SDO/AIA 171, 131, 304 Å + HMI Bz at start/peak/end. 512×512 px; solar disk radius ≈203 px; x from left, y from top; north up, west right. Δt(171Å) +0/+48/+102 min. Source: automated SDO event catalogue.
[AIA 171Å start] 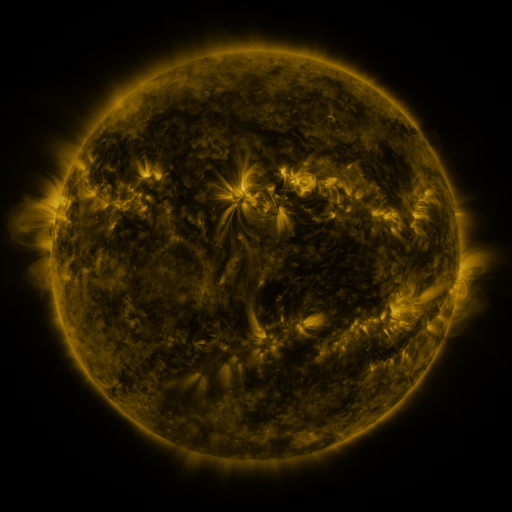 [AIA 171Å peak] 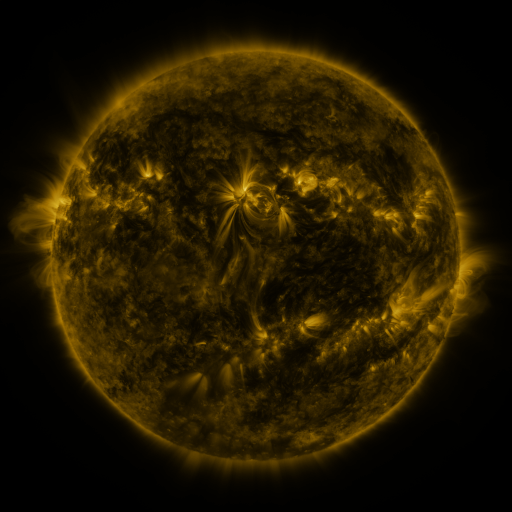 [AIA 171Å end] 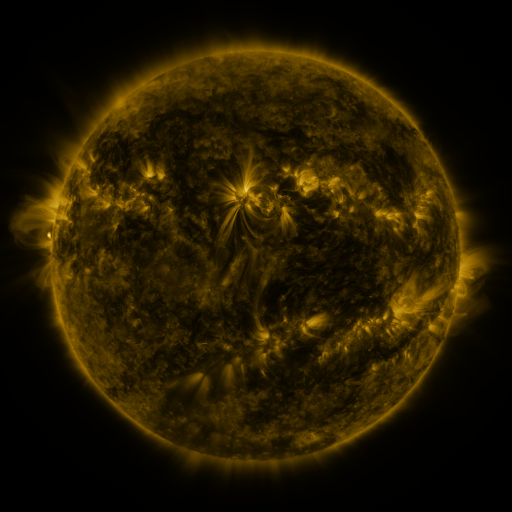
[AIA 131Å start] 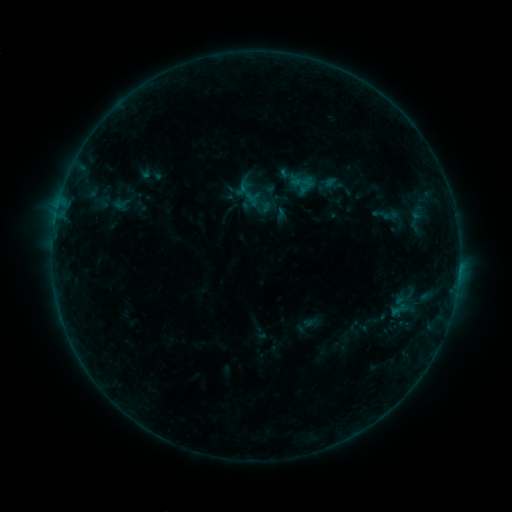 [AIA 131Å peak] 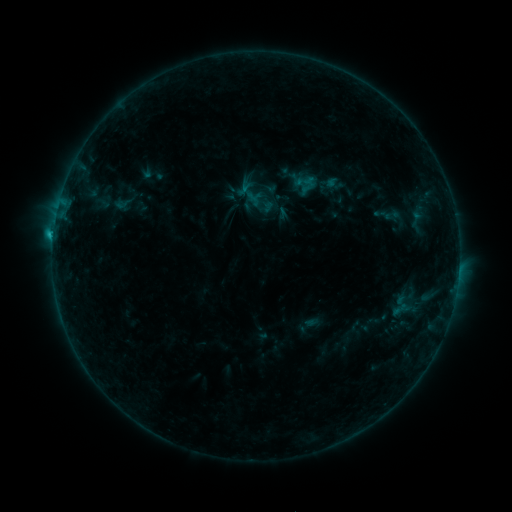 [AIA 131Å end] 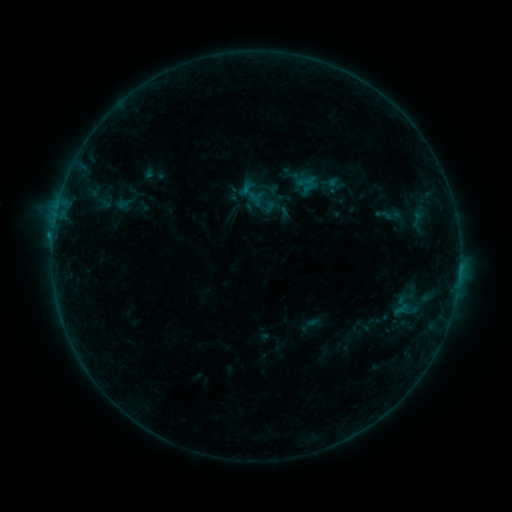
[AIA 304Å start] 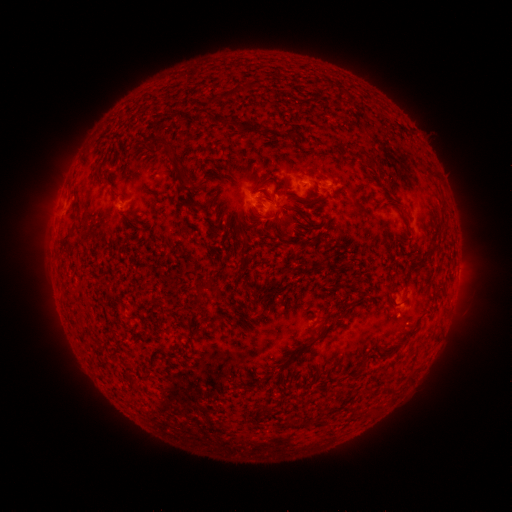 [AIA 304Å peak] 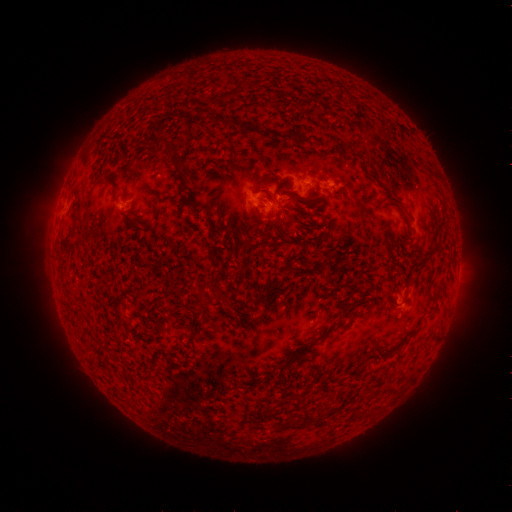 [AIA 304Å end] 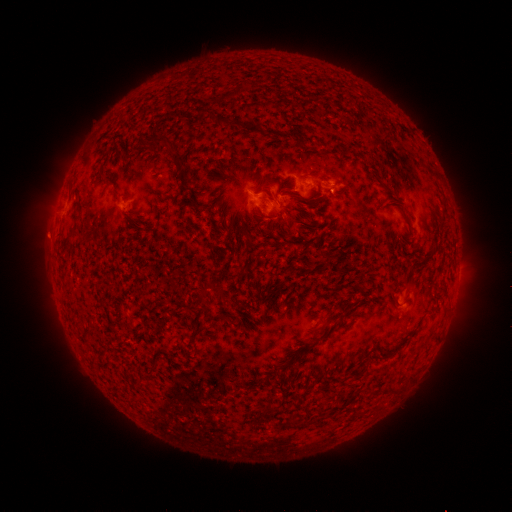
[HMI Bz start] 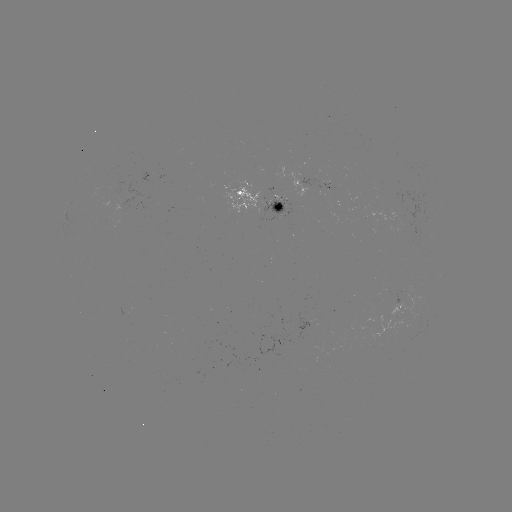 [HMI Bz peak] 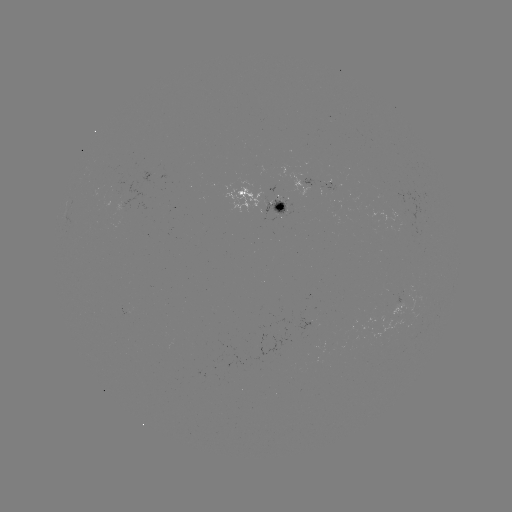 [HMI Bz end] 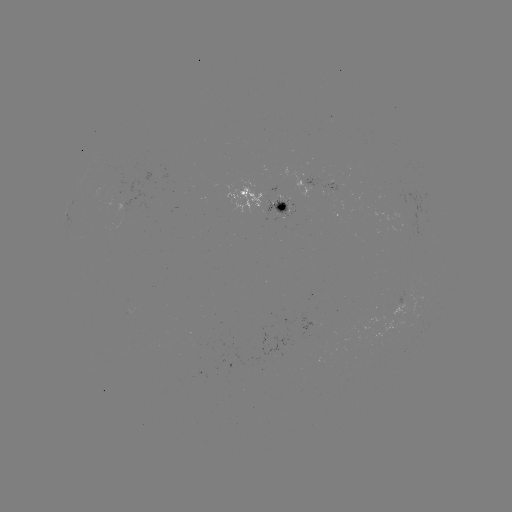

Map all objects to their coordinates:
C1.7 flare: (259, 194)
